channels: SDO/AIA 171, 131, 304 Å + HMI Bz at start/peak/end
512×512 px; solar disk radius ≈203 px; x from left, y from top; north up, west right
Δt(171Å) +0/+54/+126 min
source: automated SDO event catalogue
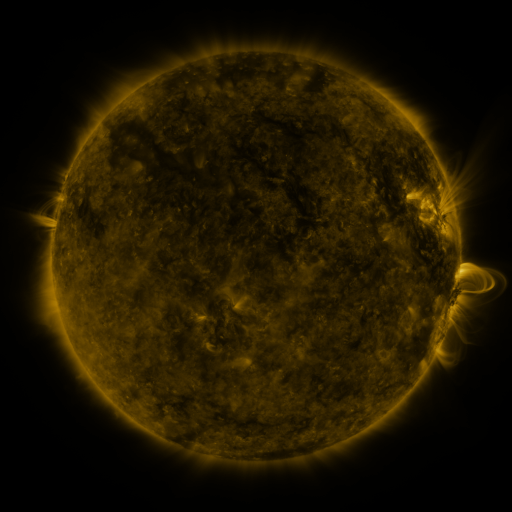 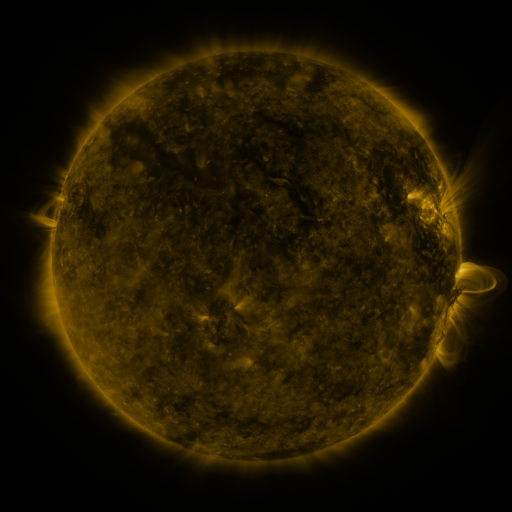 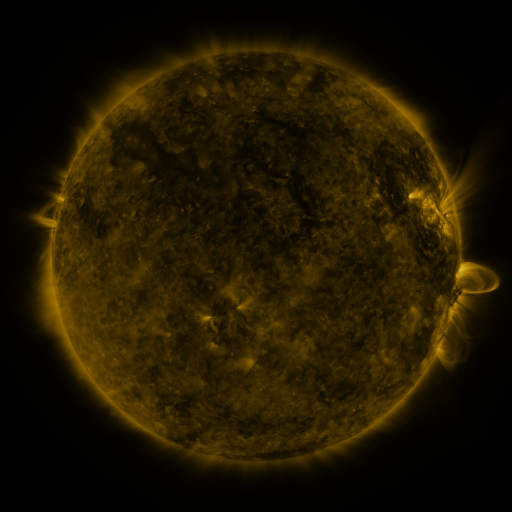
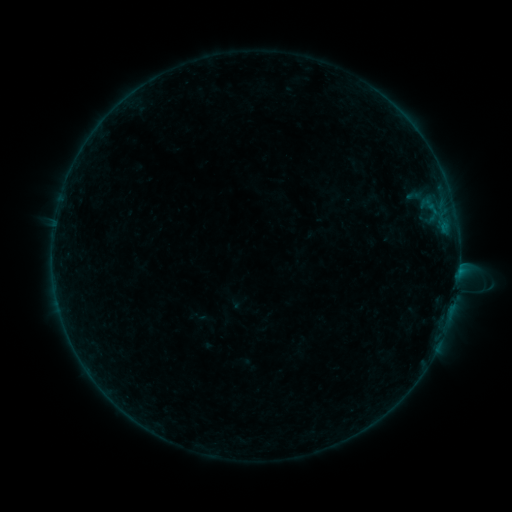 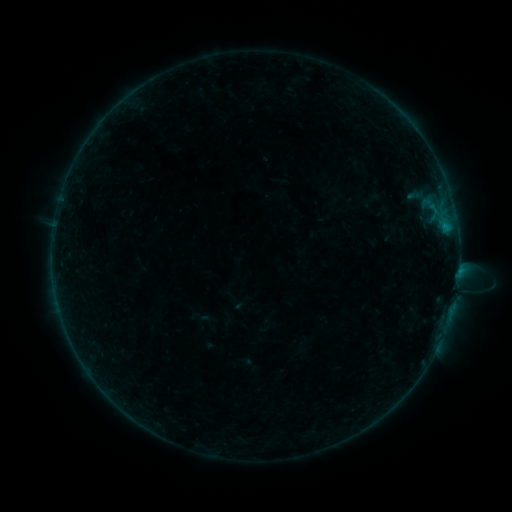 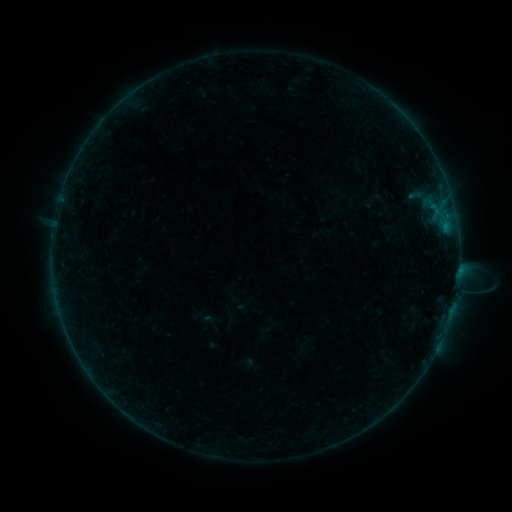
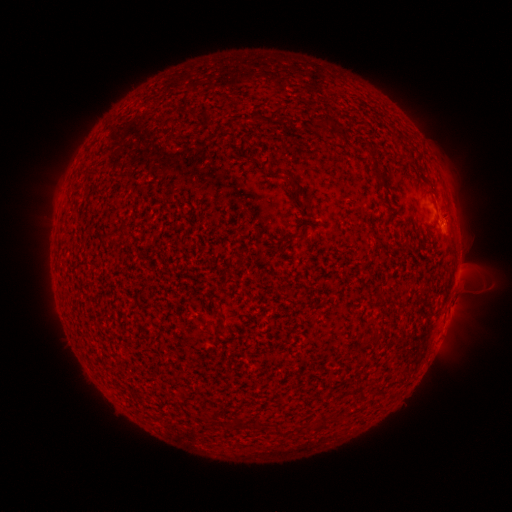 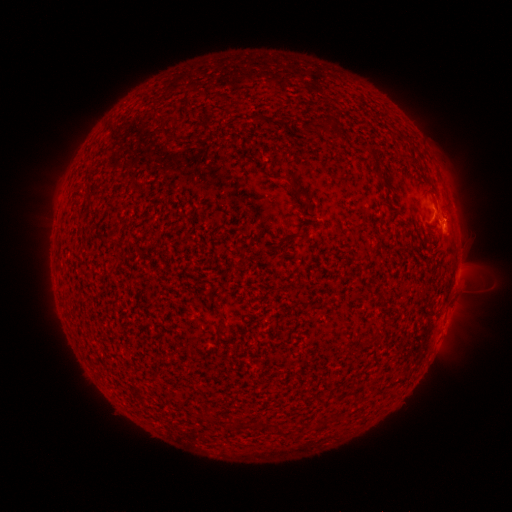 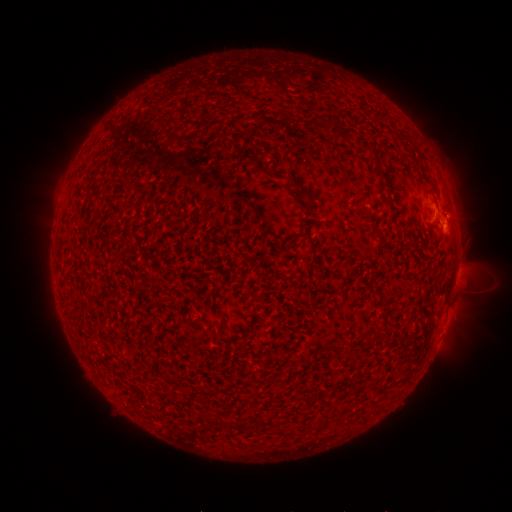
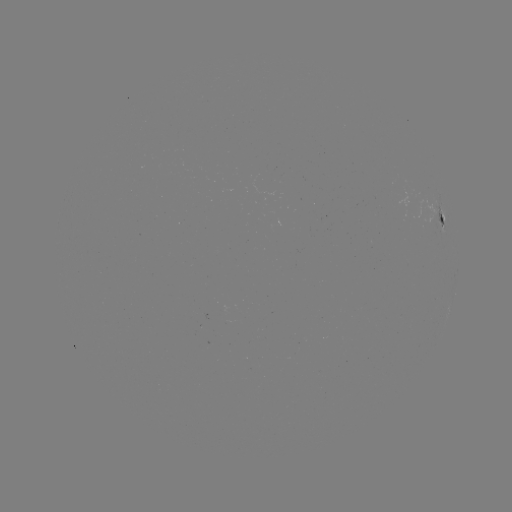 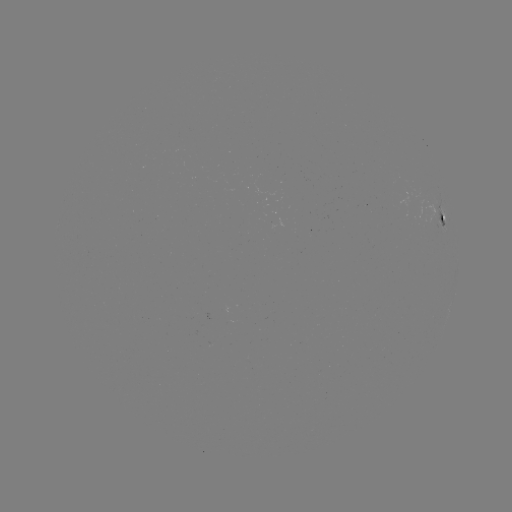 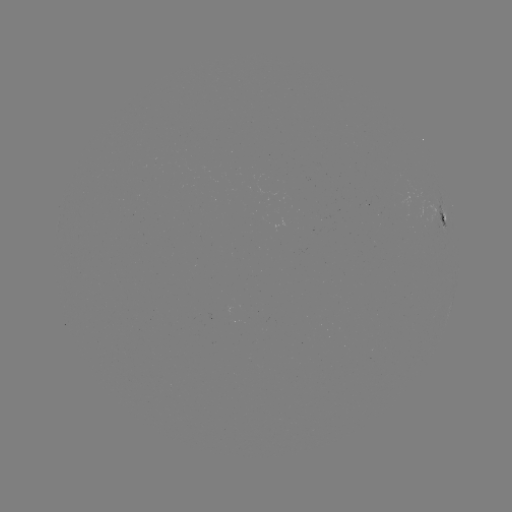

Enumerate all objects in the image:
B4.6 flare: (444, 228)
